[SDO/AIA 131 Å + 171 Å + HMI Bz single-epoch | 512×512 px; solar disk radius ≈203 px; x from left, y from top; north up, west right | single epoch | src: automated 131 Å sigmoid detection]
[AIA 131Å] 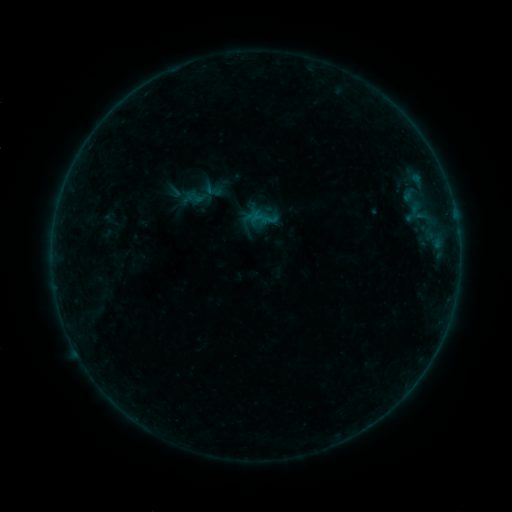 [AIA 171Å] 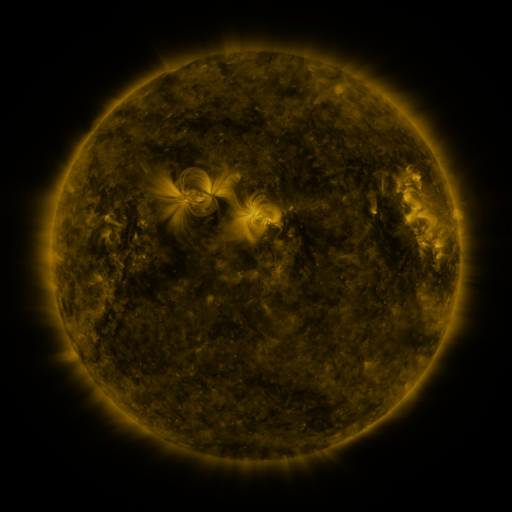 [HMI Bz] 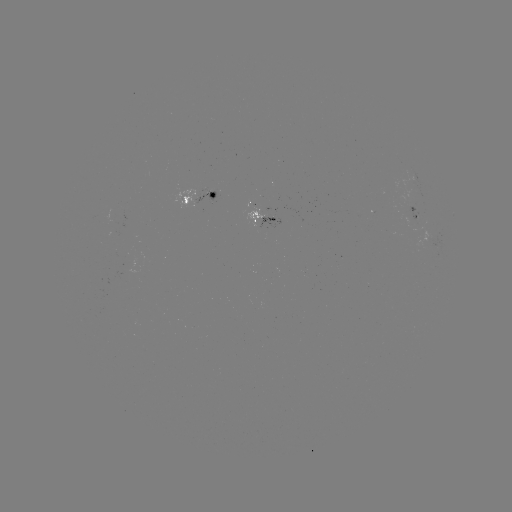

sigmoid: [202, 179, 223, 200]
